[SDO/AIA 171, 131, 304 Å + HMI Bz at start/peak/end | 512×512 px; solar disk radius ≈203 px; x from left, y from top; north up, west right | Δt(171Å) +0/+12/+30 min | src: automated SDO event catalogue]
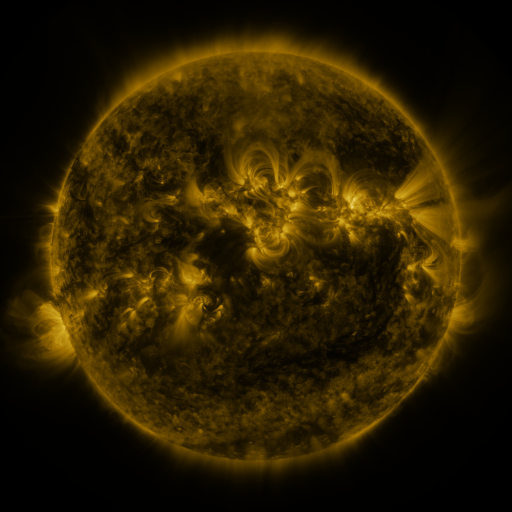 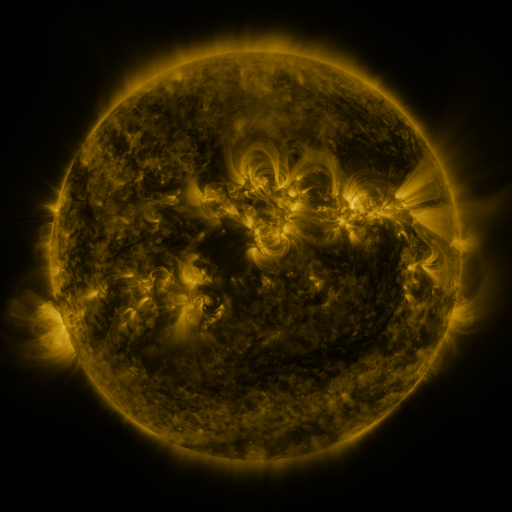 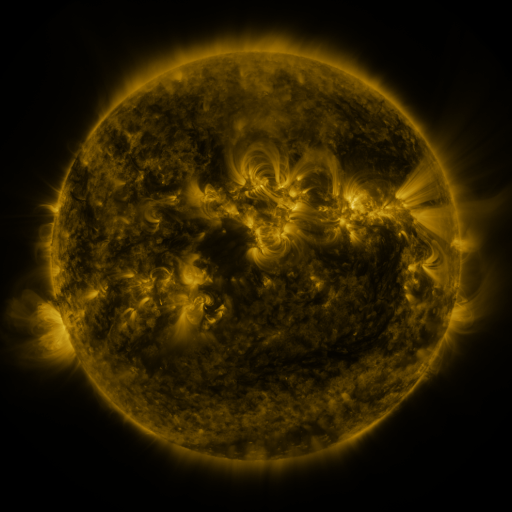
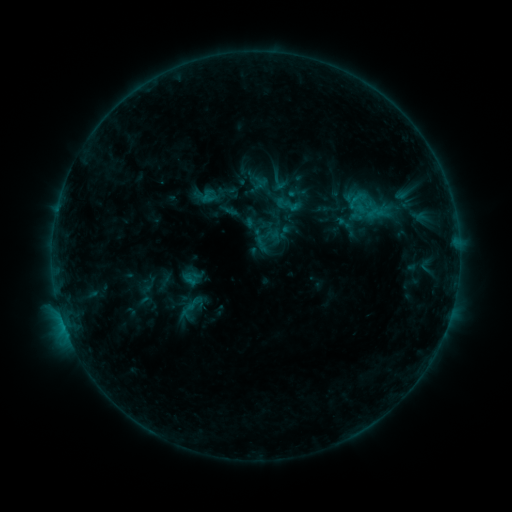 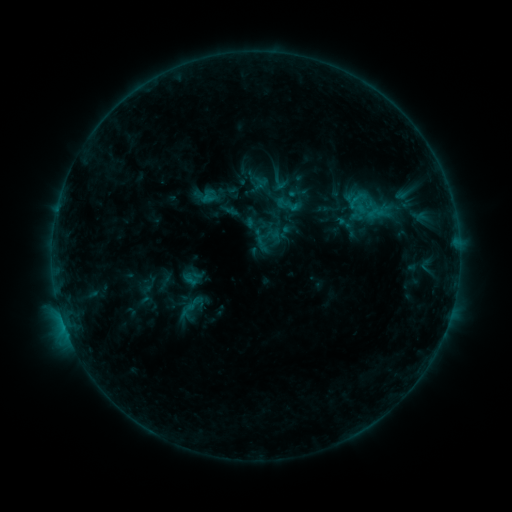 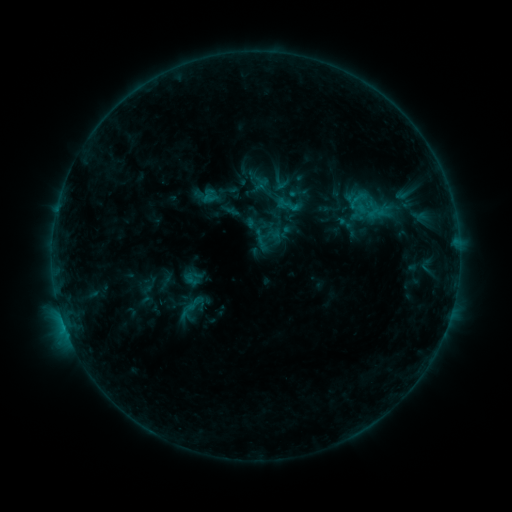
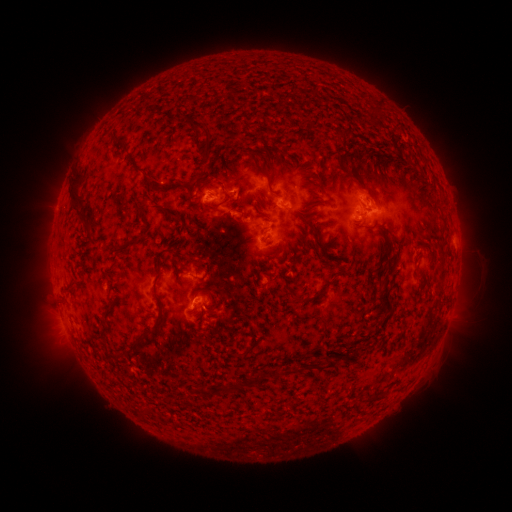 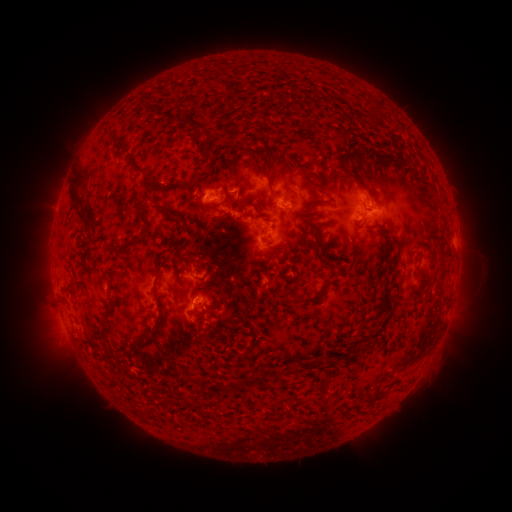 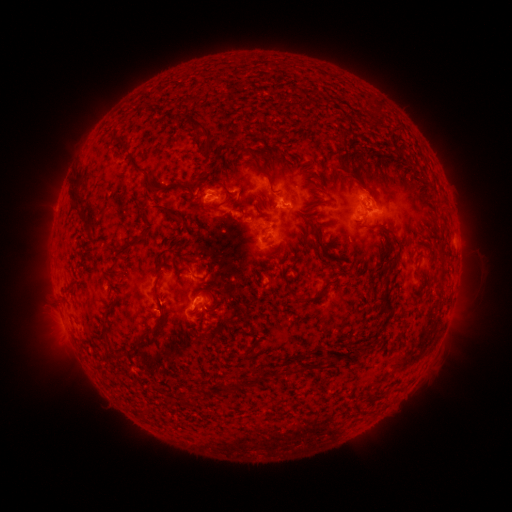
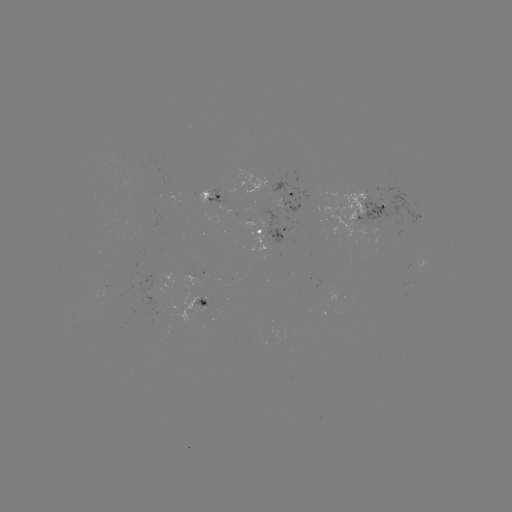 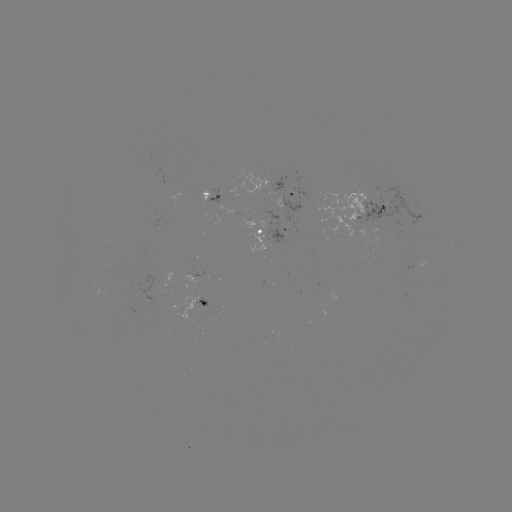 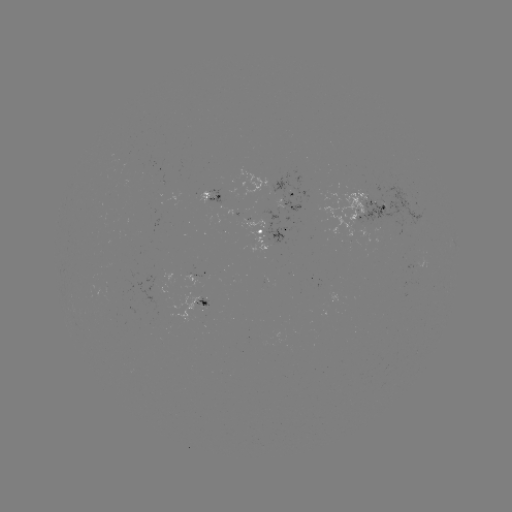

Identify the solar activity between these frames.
no catalogued flare and no flagged EUV brightening in this window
